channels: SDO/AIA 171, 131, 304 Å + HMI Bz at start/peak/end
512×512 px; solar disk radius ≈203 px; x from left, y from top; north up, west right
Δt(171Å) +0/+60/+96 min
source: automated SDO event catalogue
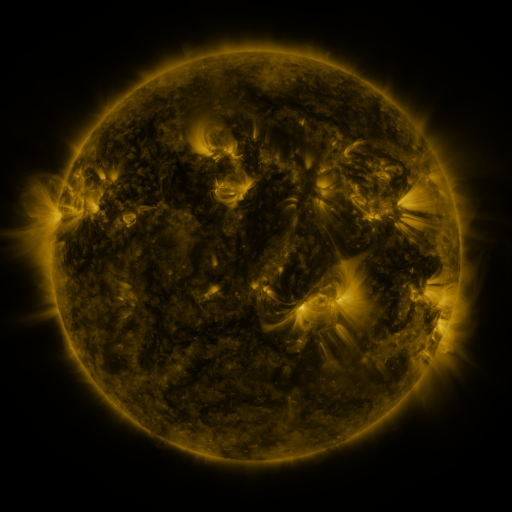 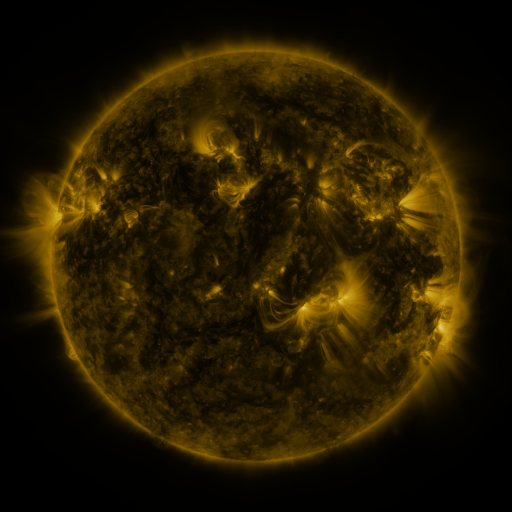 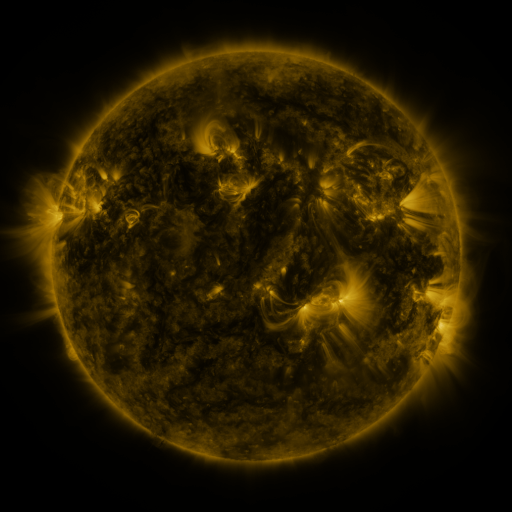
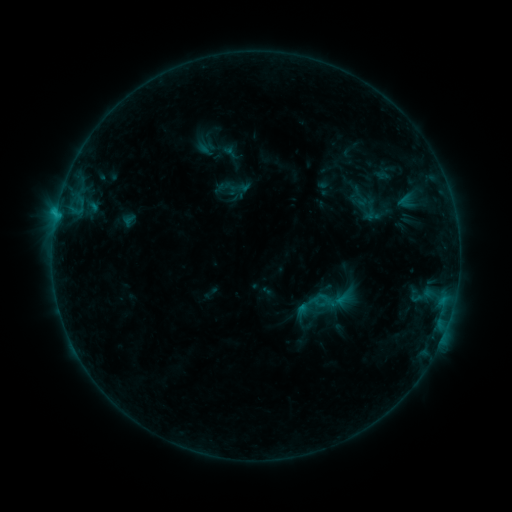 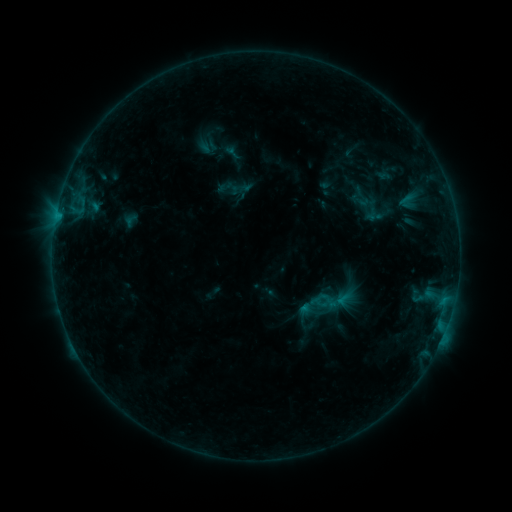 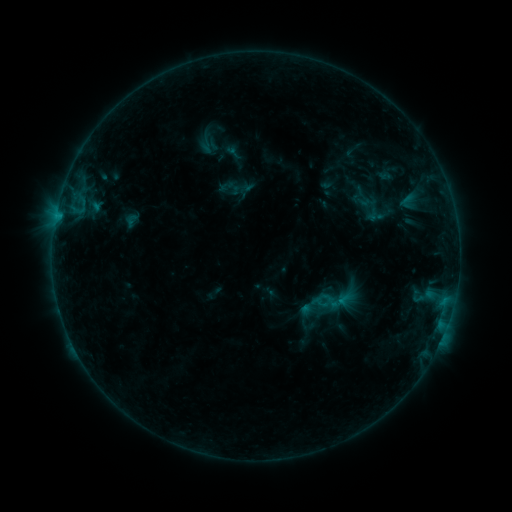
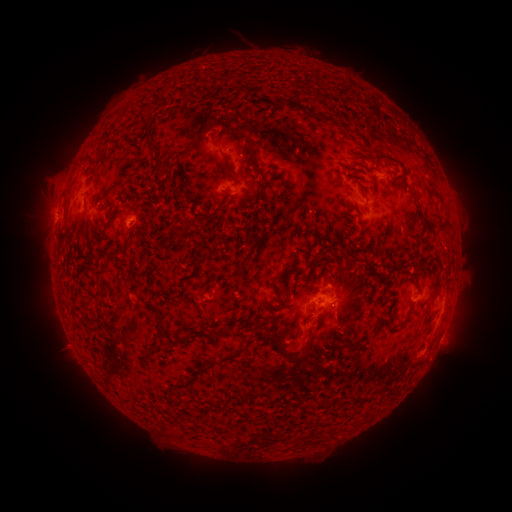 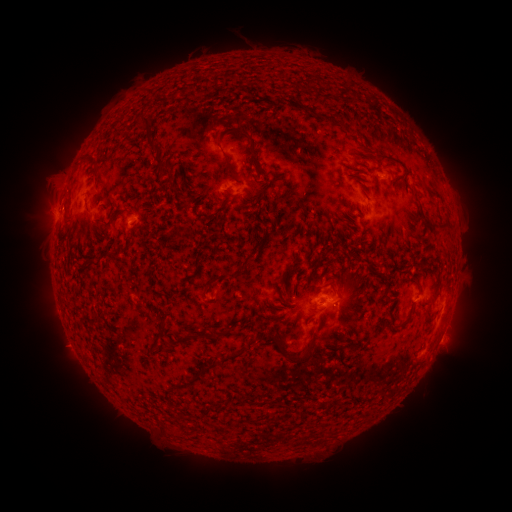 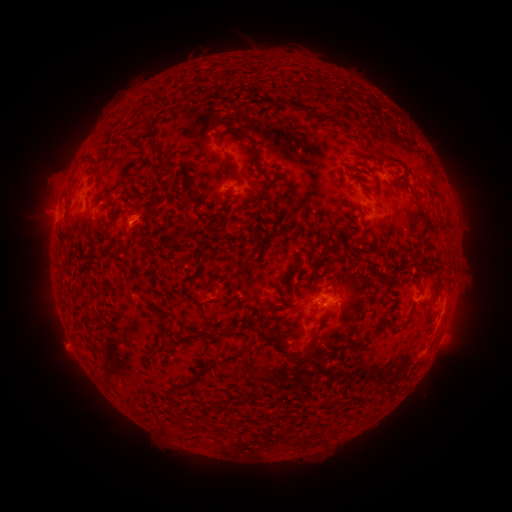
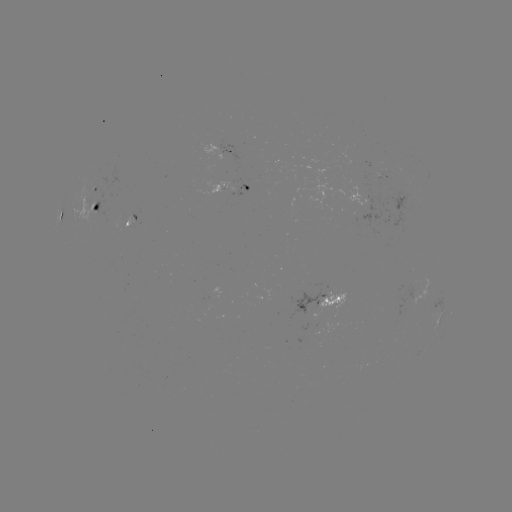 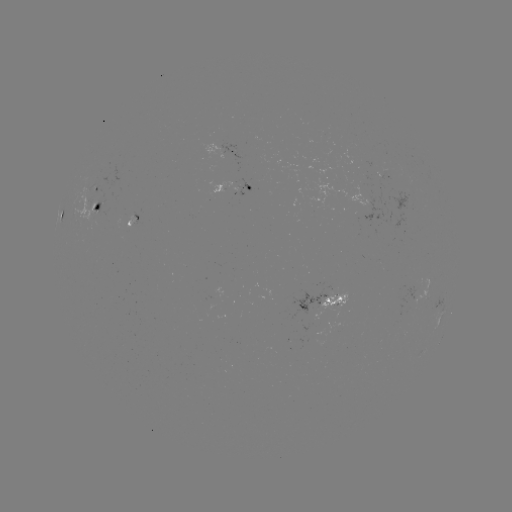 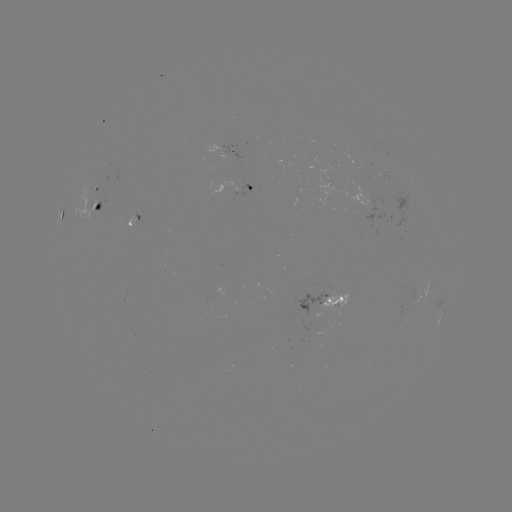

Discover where emerging-flux region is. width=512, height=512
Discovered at [376, 167].